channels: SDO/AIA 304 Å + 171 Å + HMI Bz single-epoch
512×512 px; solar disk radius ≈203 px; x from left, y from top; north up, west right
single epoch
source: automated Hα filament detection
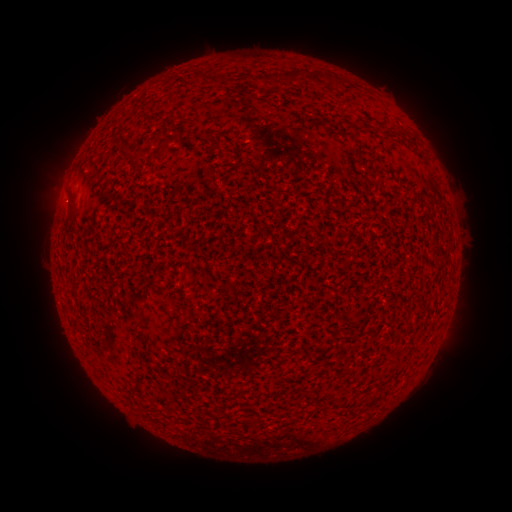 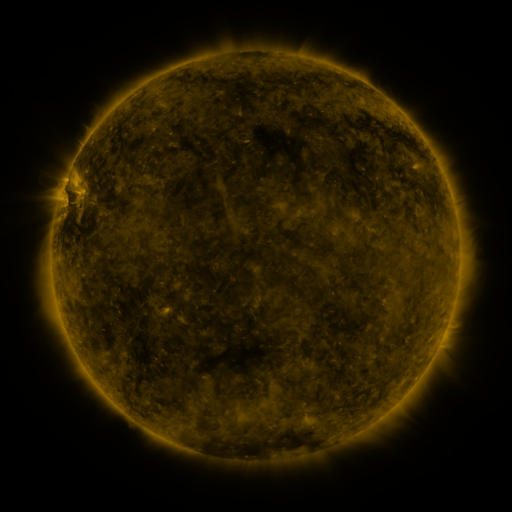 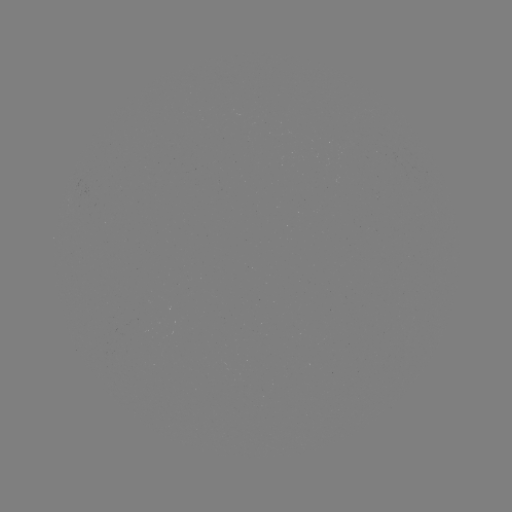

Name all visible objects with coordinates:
filament: [288, 69, 304, 82]
filament: [310, 71, 322, 84]
filament: [113, 128, 123, 140]
filament: [159, 138, 170, 150]
filament: [136, 146, 145, 156]
filament: [67, 186, 77, 217]
